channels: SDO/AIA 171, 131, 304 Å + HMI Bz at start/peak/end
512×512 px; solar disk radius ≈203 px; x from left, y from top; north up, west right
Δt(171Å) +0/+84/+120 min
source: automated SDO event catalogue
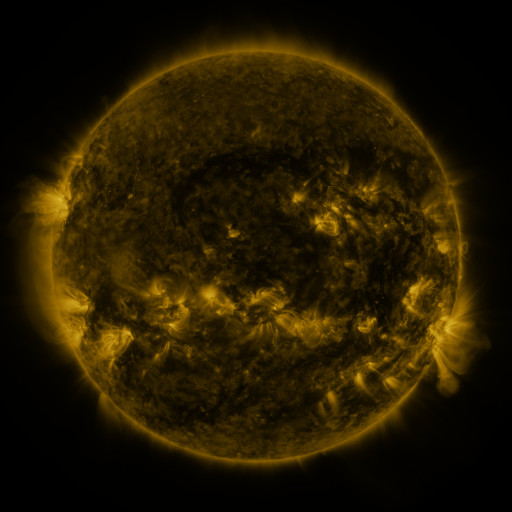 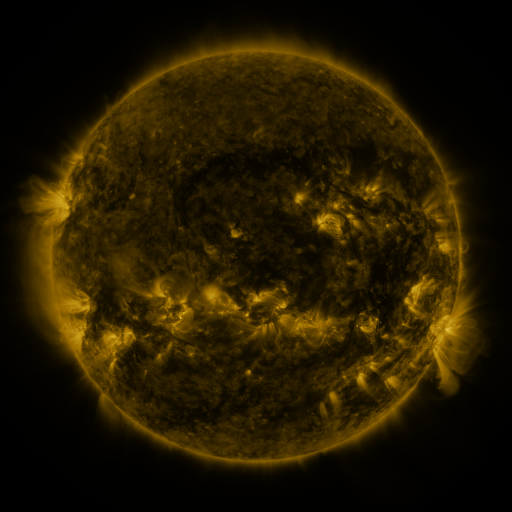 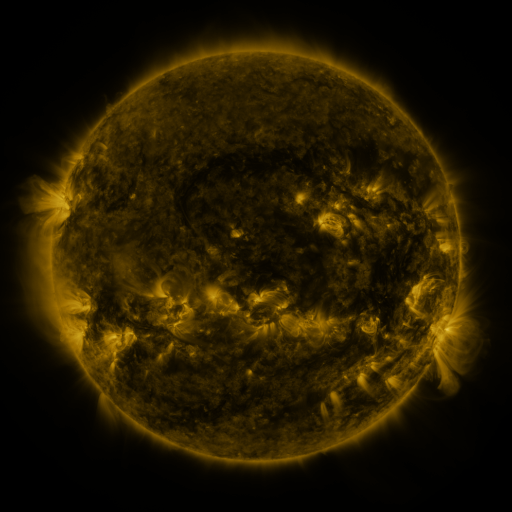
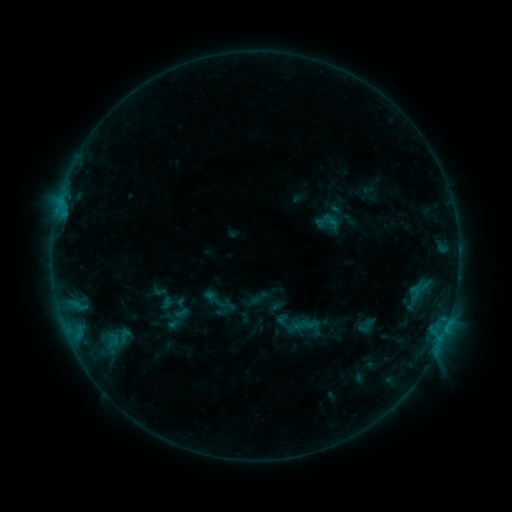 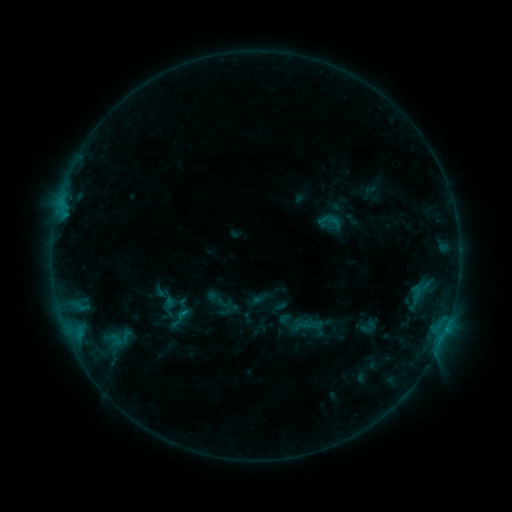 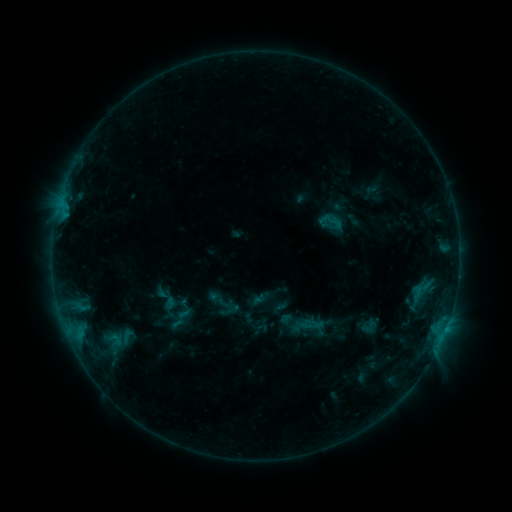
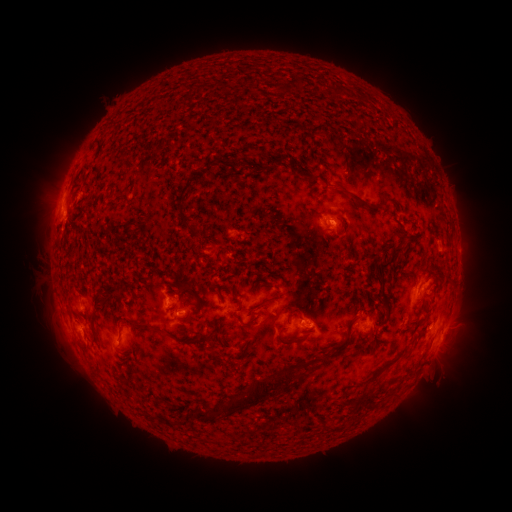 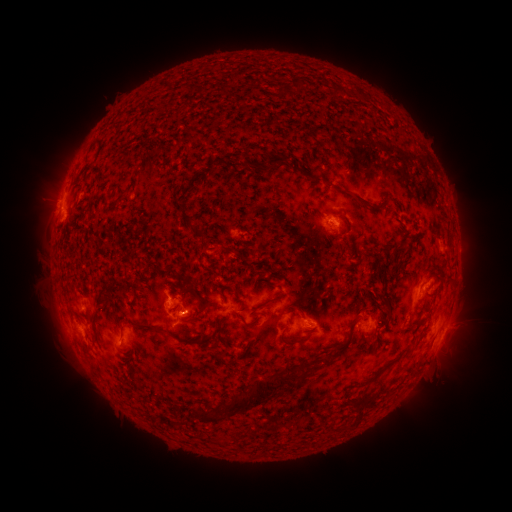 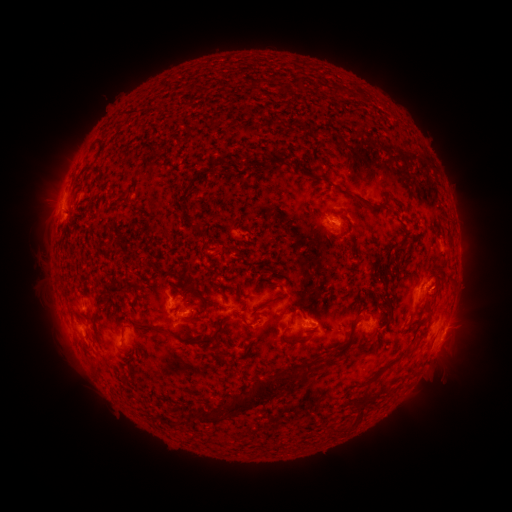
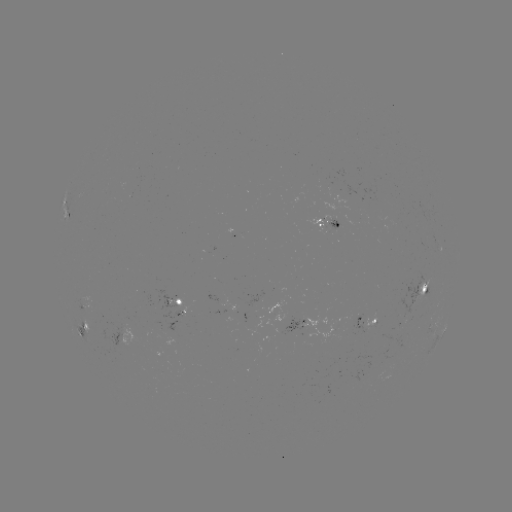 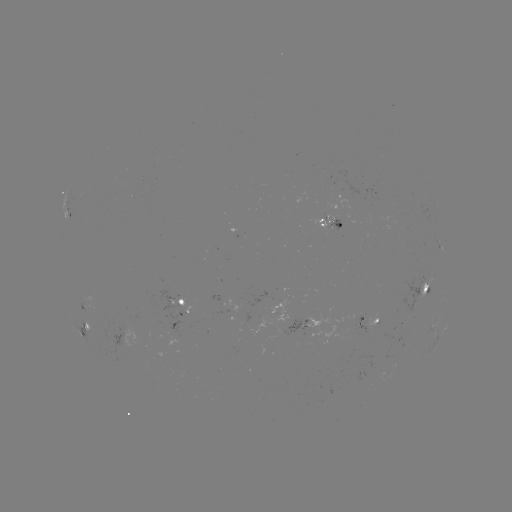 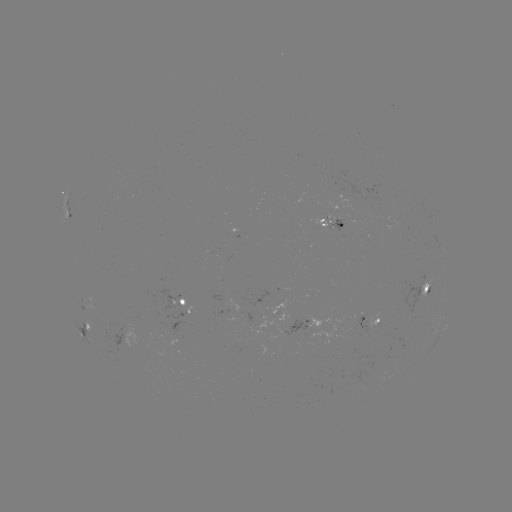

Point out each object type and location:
emerging-flux region: (426, 281)
